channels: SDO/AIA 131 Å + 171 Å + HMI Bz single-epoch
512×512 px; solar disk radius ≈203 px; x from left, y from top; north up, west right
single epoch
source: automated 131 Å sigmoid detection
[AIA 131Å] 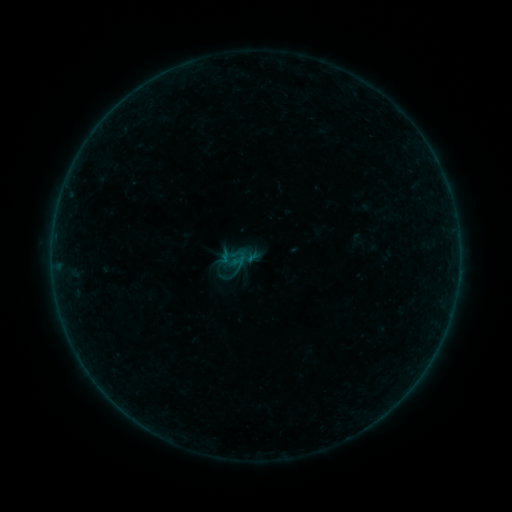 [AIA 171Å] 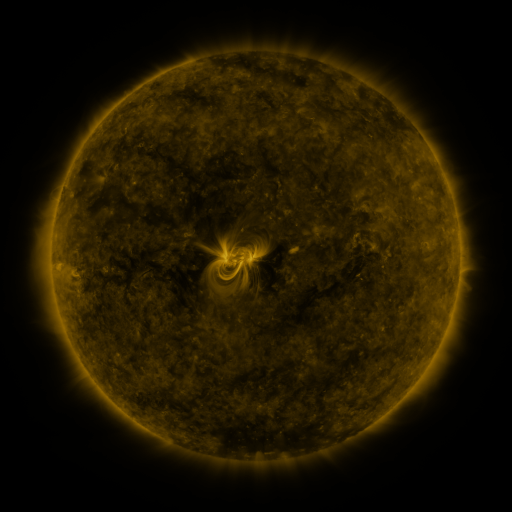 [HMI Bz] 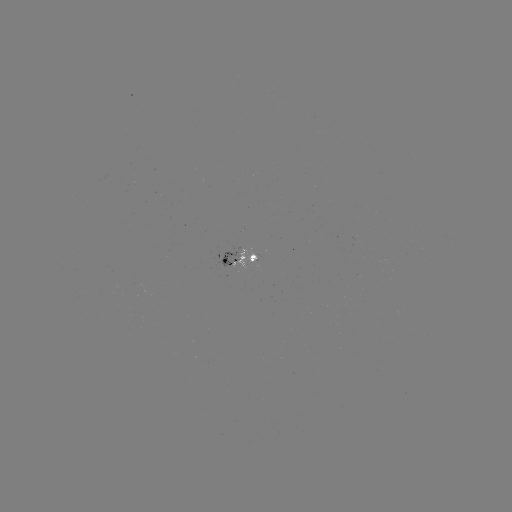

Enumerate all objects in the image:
sigmoid: <bbox>228, 250, 249, 270</bbox>
